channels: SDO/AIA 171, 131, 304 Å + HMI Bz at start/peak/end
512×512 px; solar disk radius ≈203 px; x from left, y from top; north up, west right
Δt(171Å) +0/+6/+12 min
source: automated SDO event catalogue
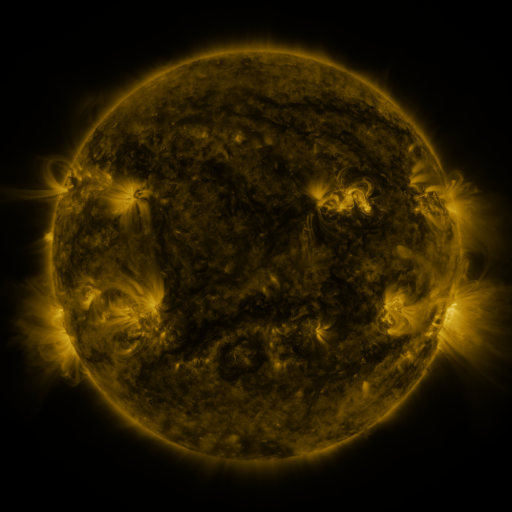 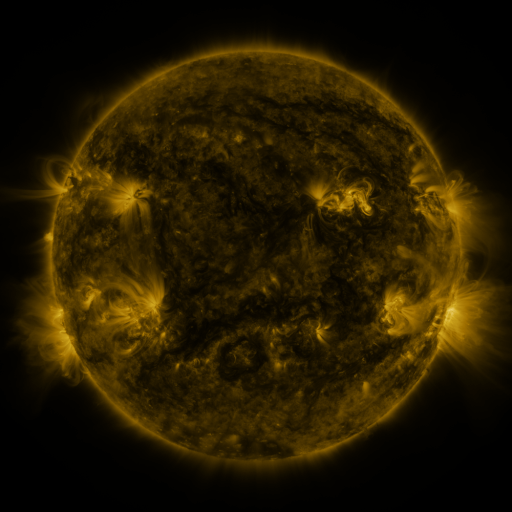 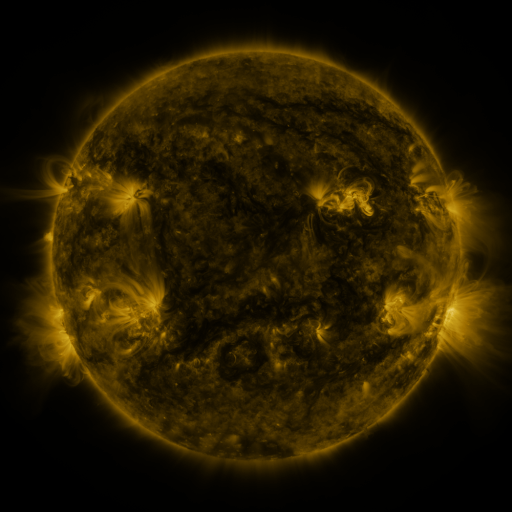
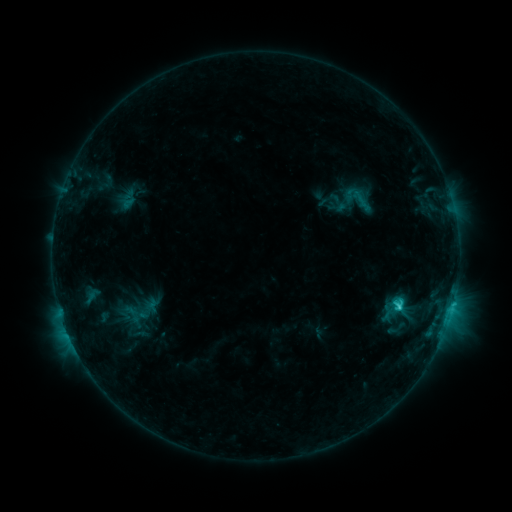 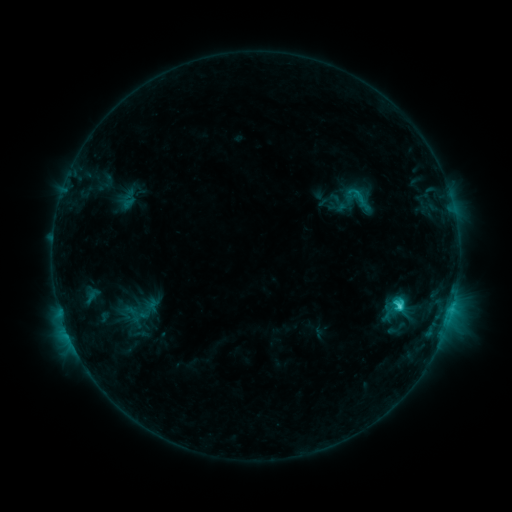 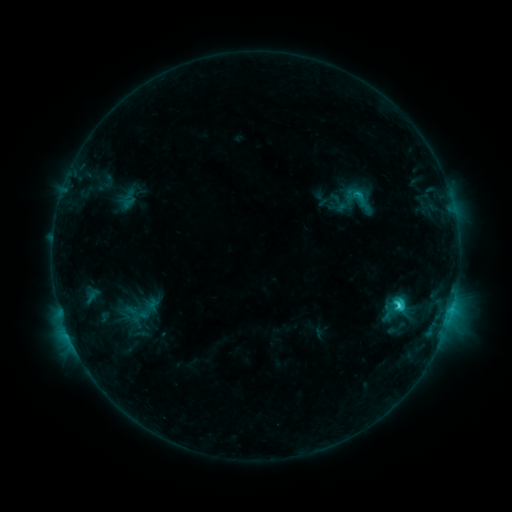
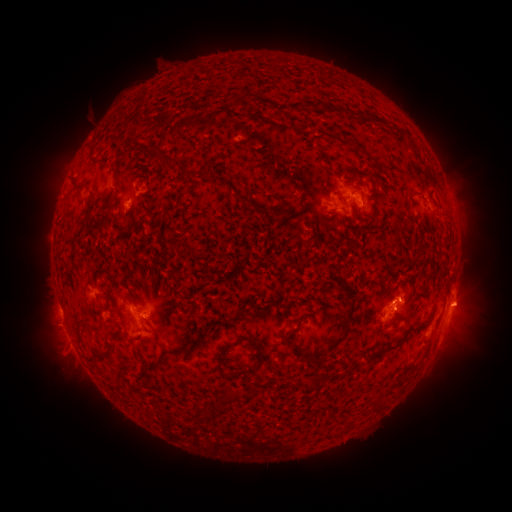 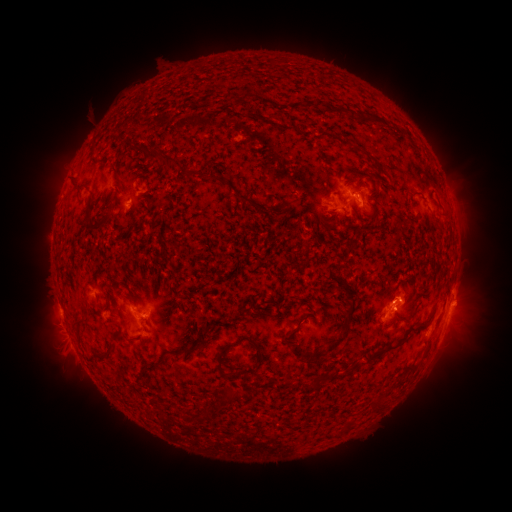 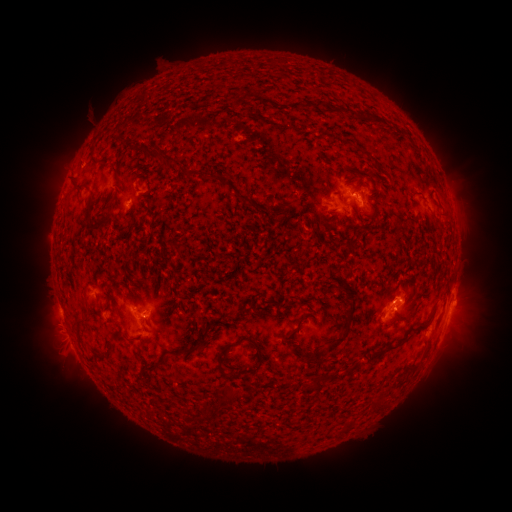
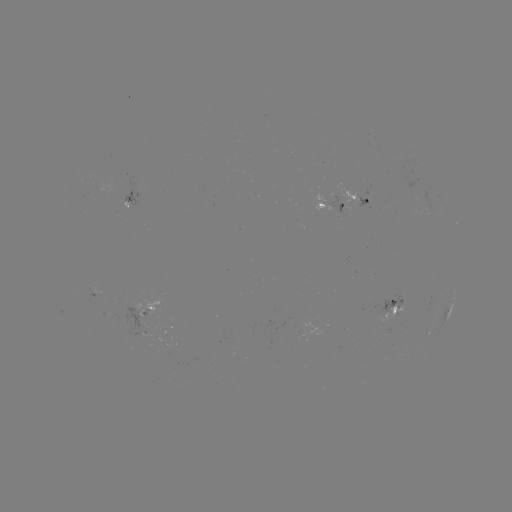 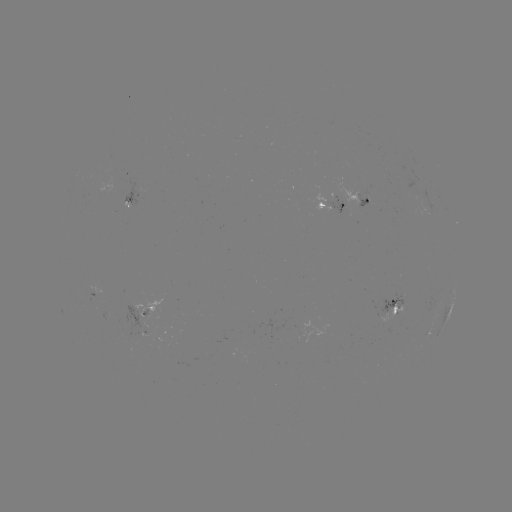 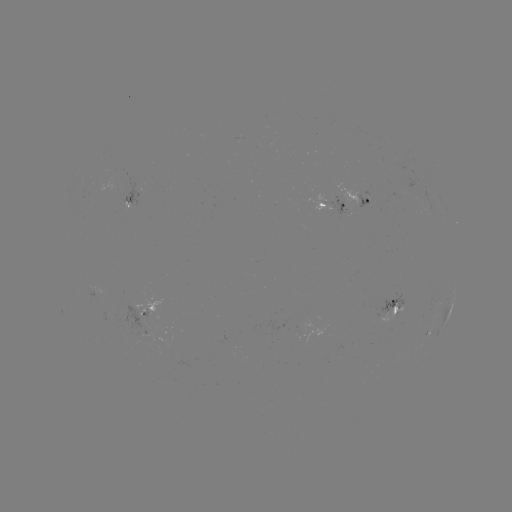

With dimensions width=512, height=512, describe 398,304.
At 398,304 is C2.4 flare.